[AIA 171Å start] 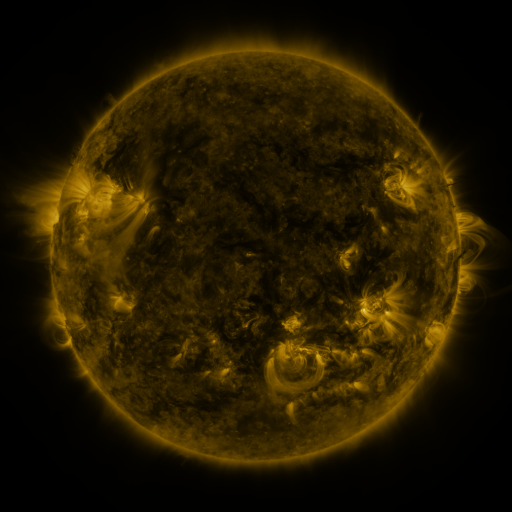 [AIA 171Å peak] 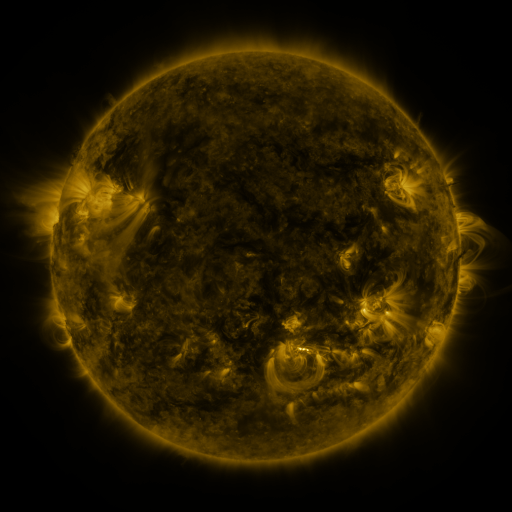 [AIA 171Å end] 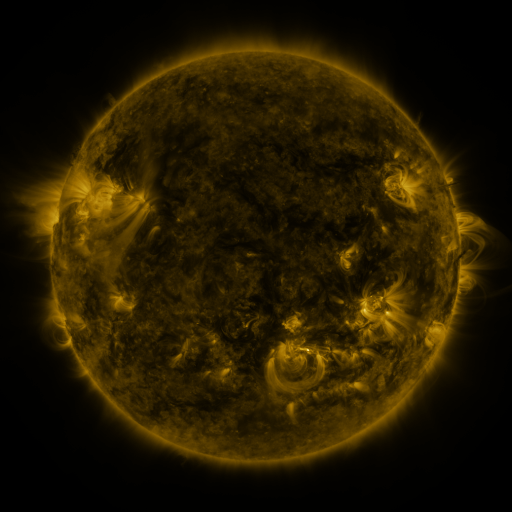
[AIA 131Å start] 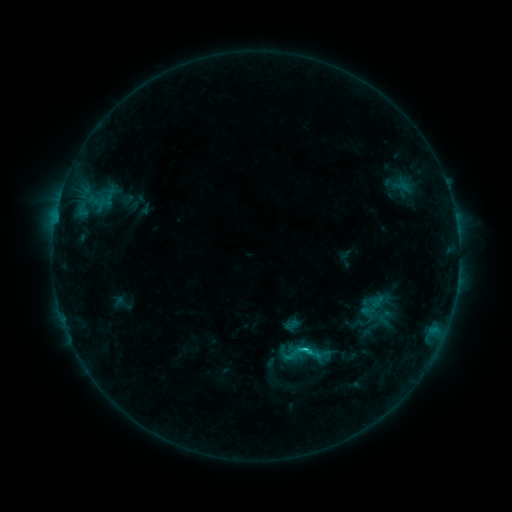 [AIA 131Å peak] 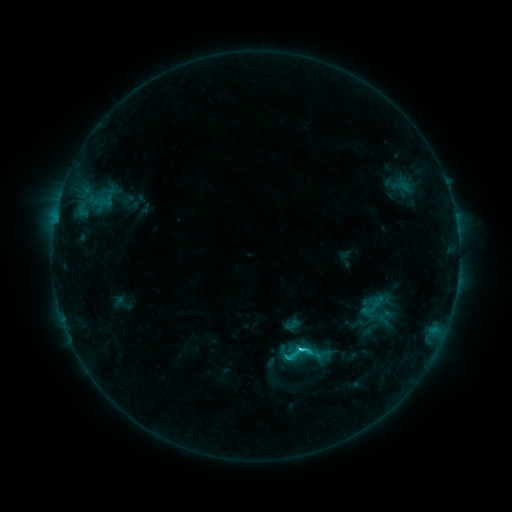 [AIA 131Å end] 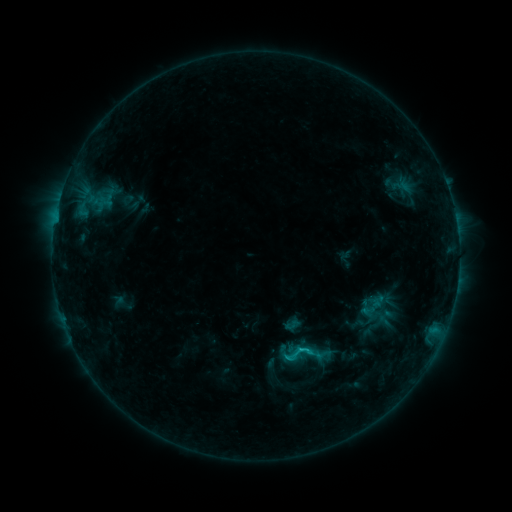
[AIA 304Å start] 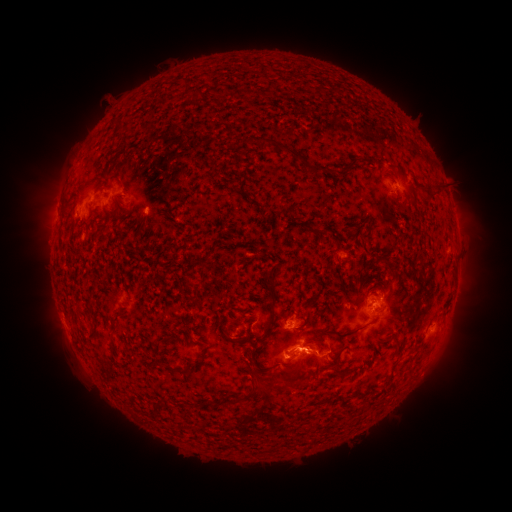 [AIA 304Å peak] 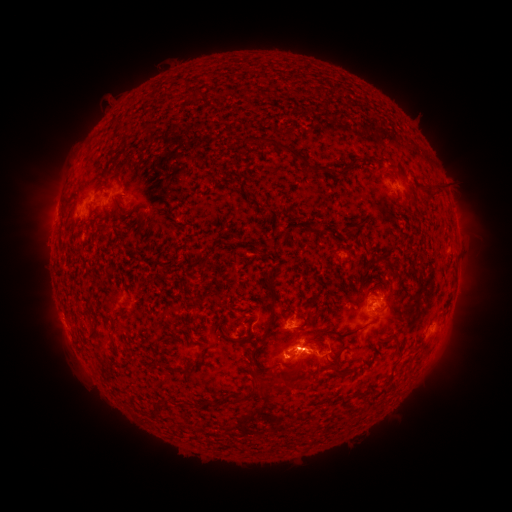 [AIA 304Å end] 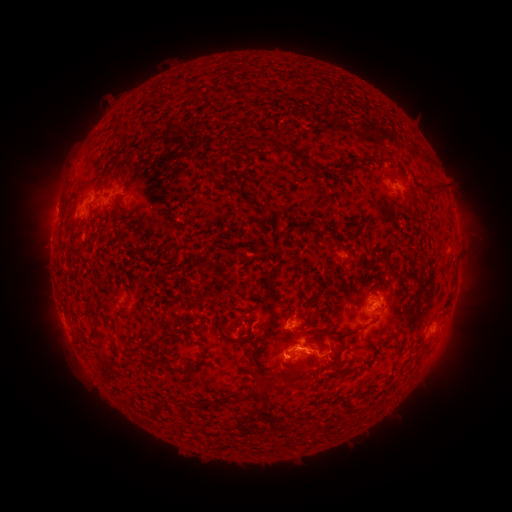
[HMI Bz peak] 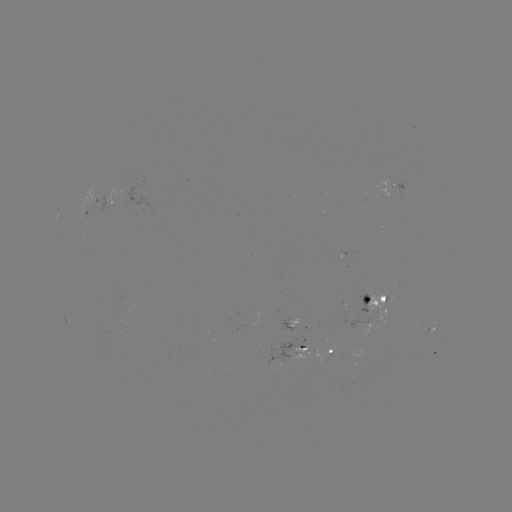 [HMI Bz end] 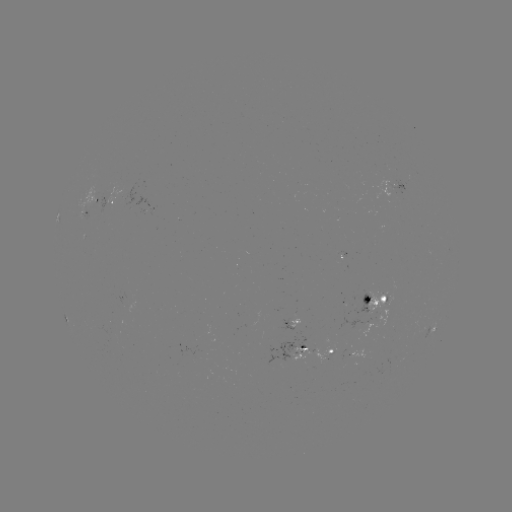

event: flare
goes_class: C2.8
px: (298, 347)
